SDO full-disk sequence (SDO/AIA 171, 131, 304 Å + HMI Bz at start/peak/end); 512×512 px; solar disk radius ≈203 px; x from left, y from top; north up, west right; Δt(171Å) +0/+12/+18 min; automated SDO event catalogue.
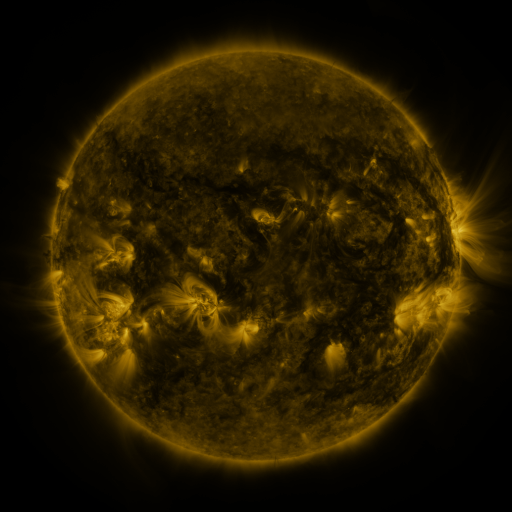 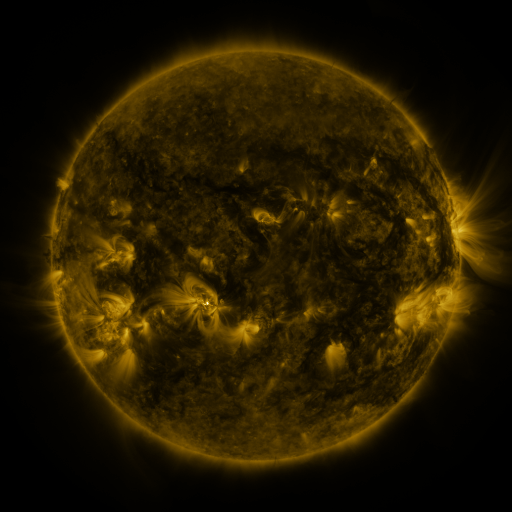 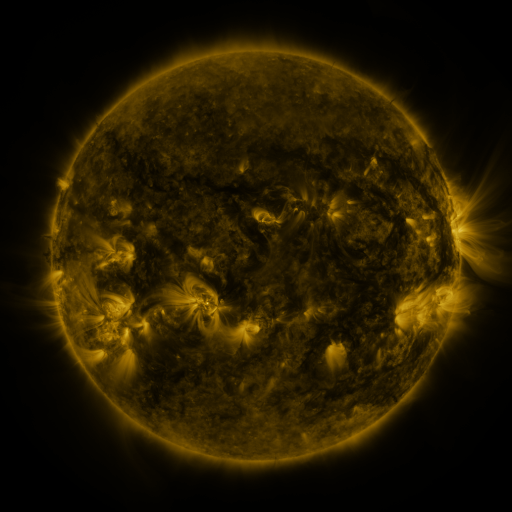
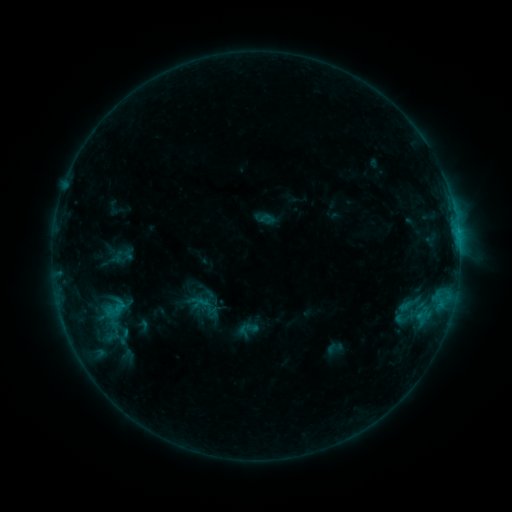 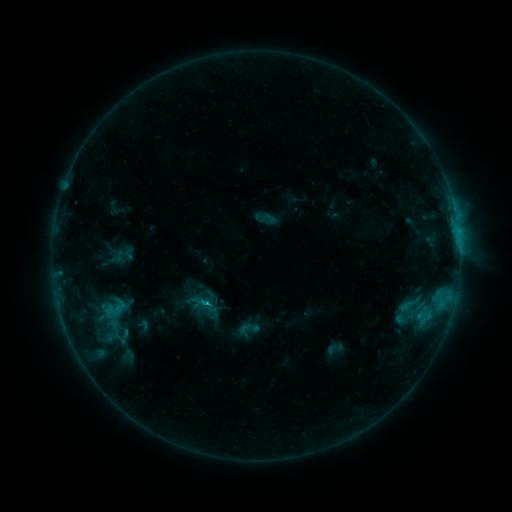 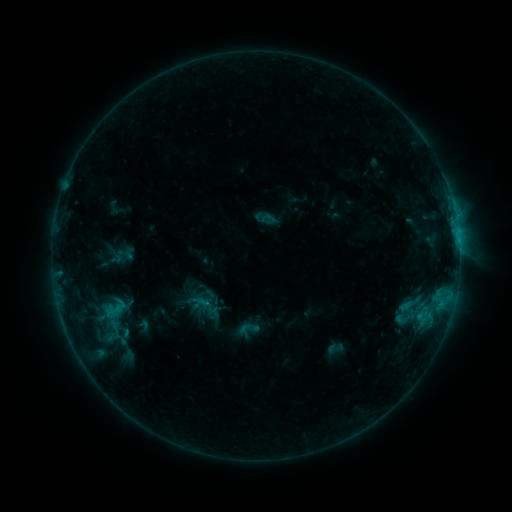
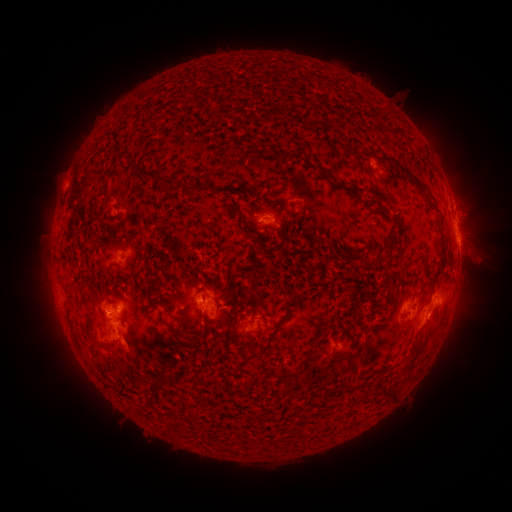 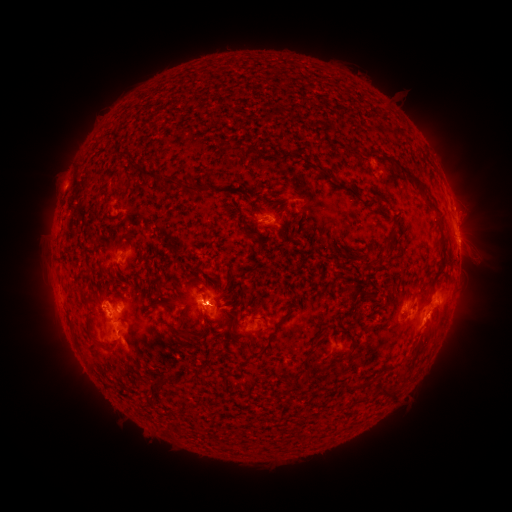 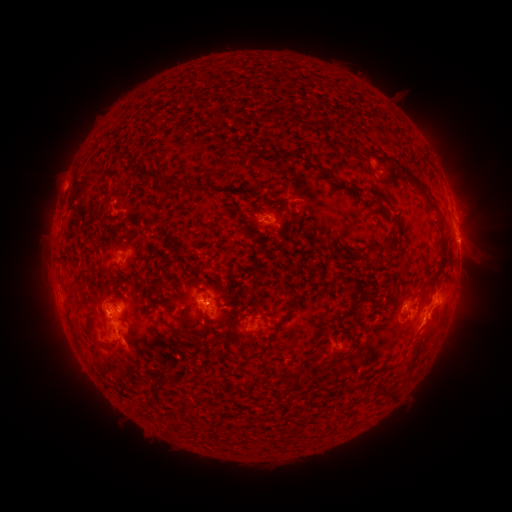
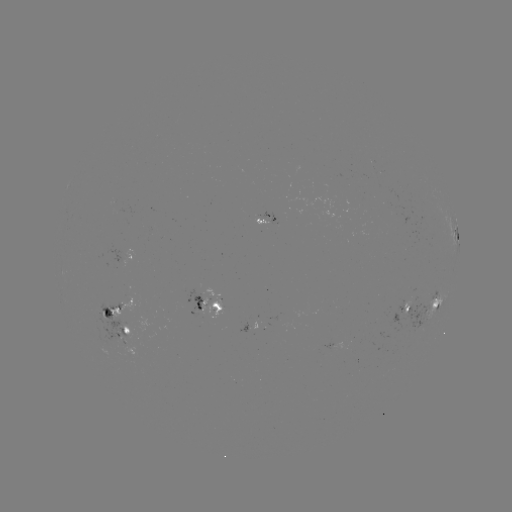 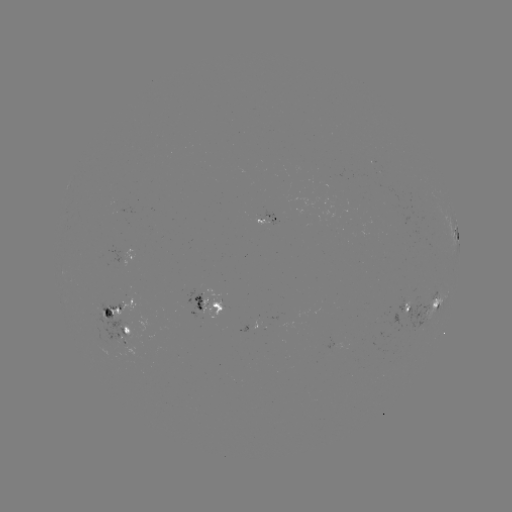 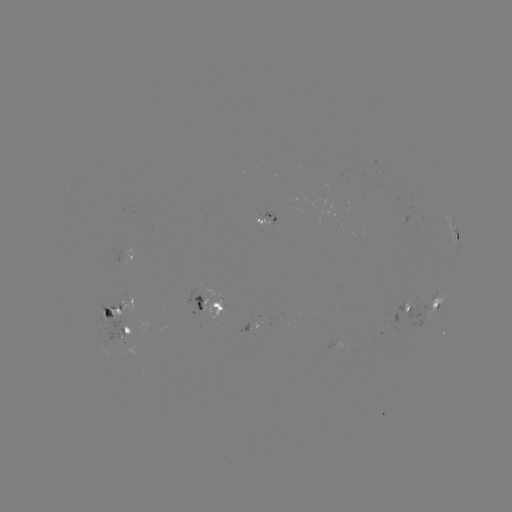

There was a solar eruption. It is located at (428, 331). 